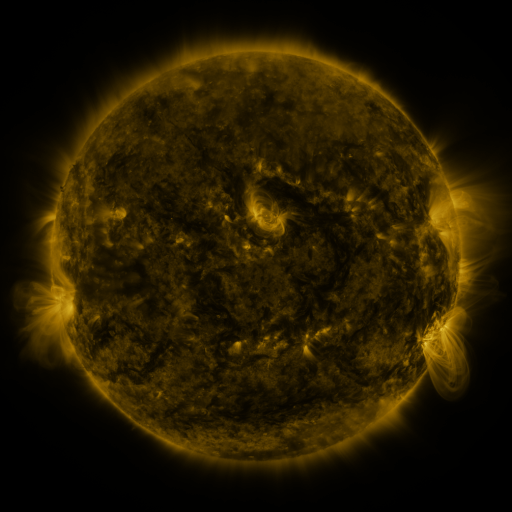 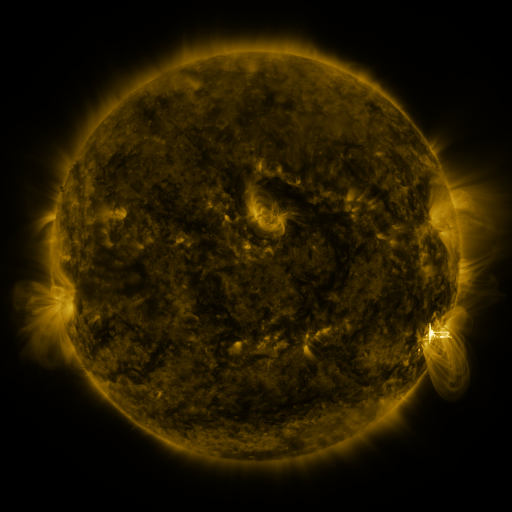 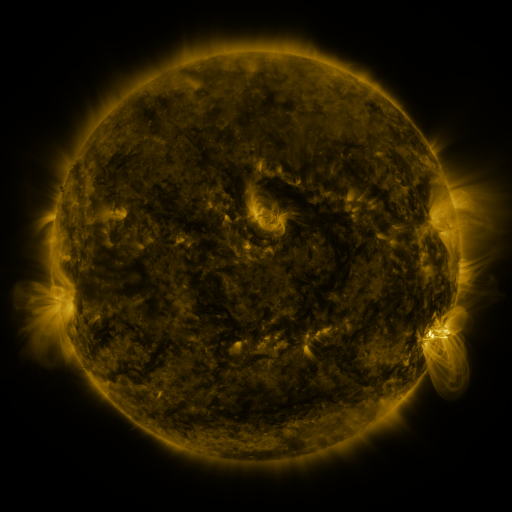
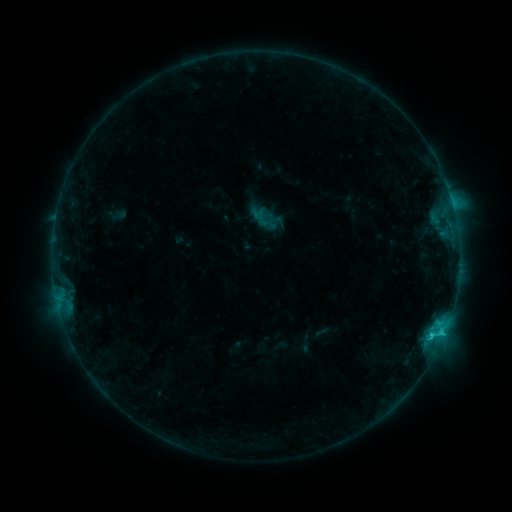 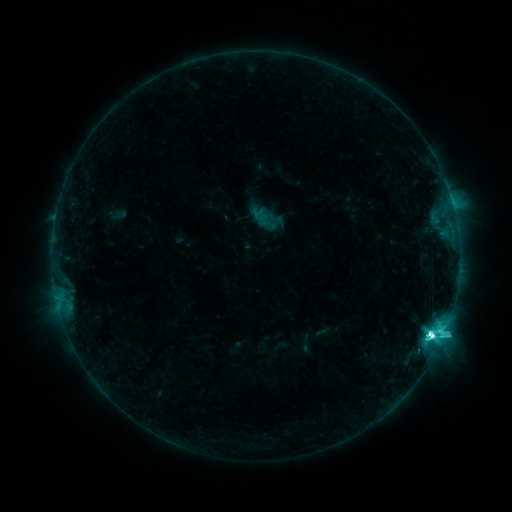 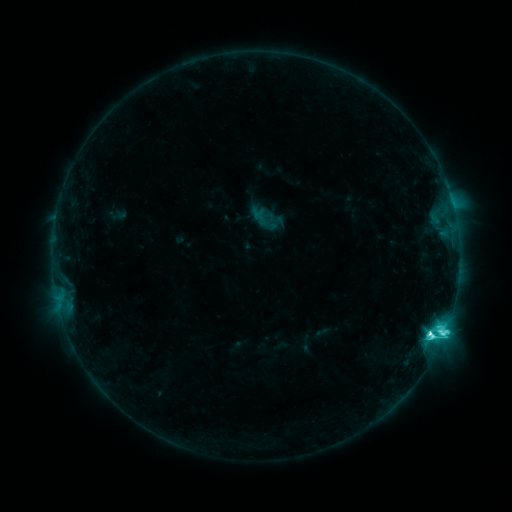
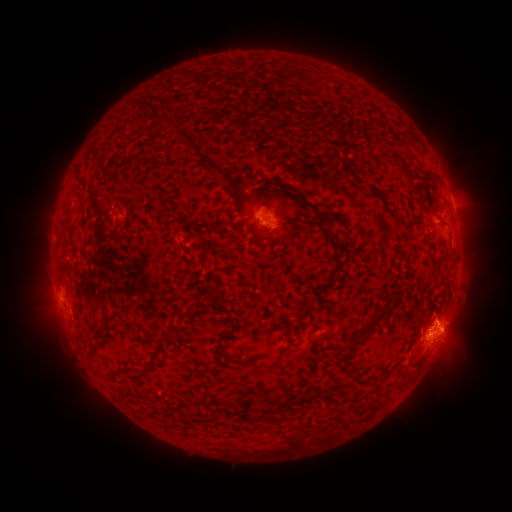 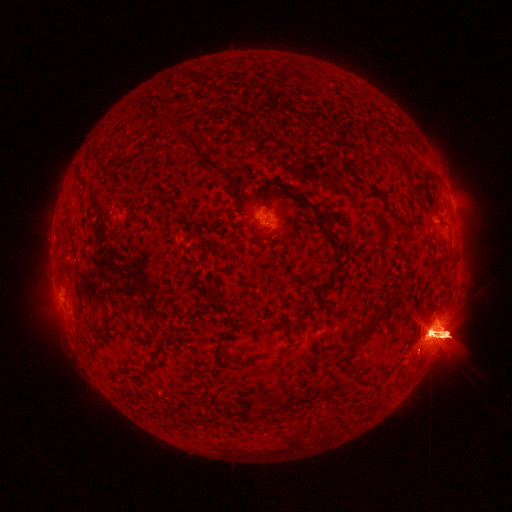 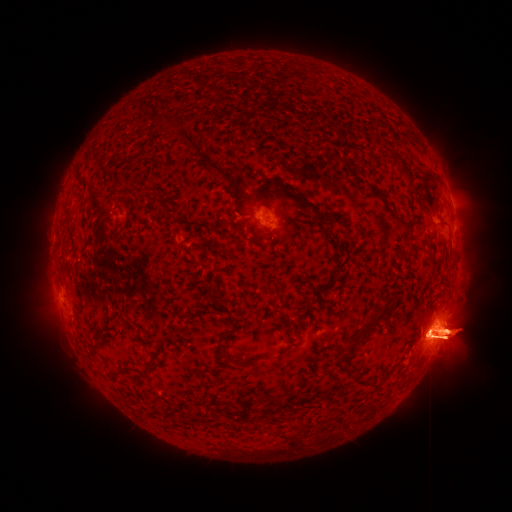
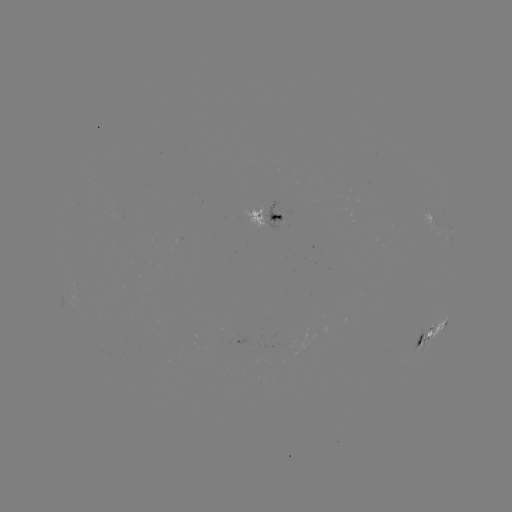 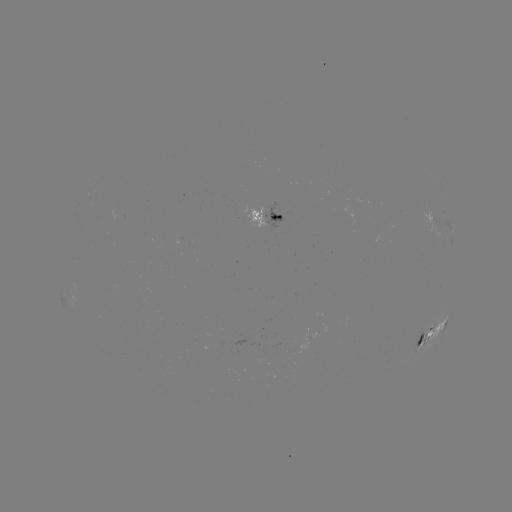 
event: flare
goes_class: M5.5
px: (430, 334)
